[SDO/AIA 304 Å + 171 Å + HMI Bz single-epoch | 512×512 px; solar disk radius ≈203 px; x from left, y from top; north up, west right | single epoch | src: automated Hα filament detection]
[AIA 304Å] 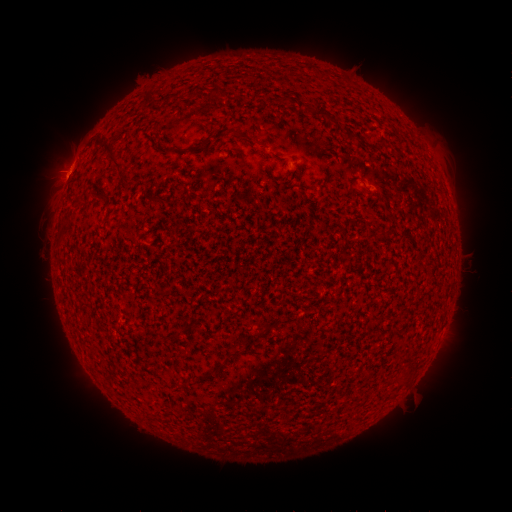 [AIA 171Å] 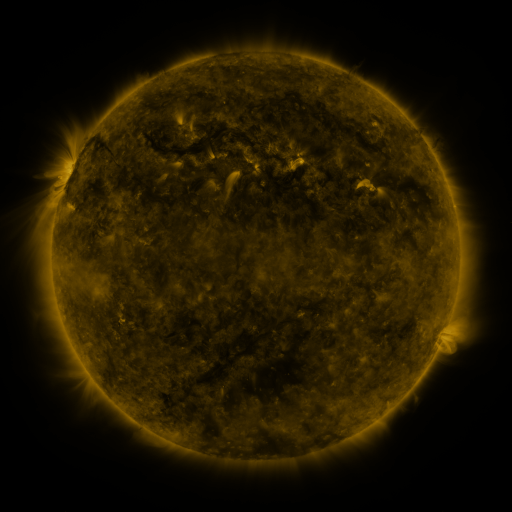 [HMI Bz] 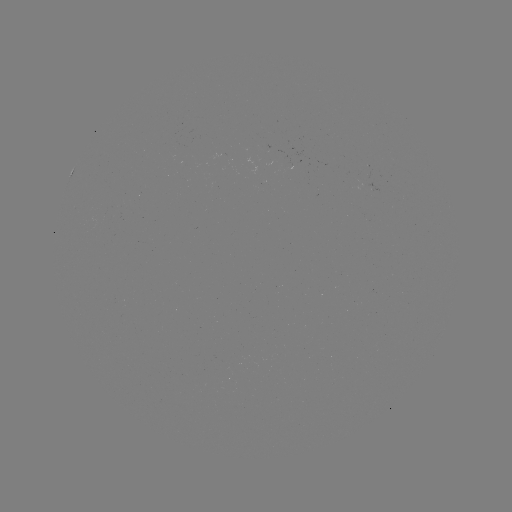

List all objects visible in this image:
filament: (324, 113)
filament: (254, 139)
filament: (114, 153)
filament: (125, 178)
filament: (354, 182)
filament: (103, 195)
filament: (231, 354)
